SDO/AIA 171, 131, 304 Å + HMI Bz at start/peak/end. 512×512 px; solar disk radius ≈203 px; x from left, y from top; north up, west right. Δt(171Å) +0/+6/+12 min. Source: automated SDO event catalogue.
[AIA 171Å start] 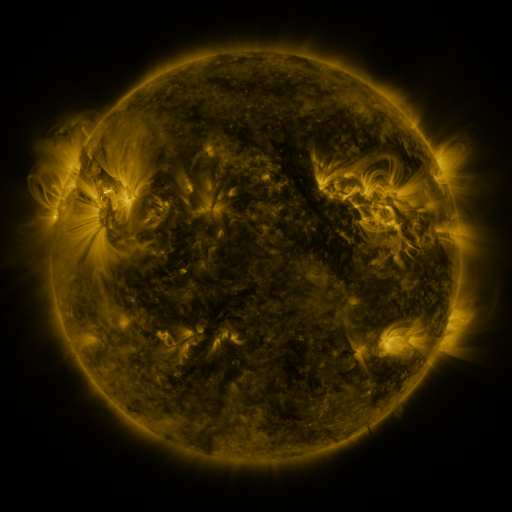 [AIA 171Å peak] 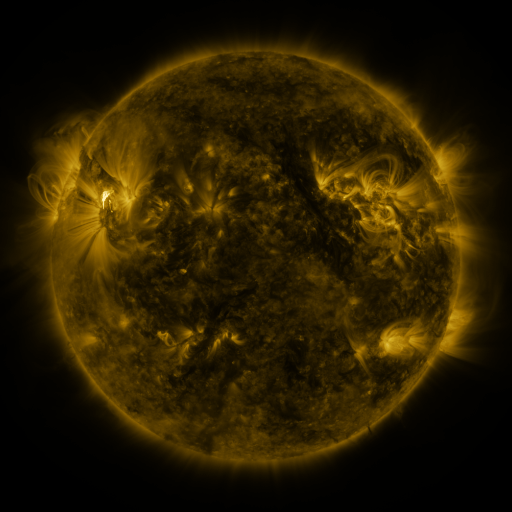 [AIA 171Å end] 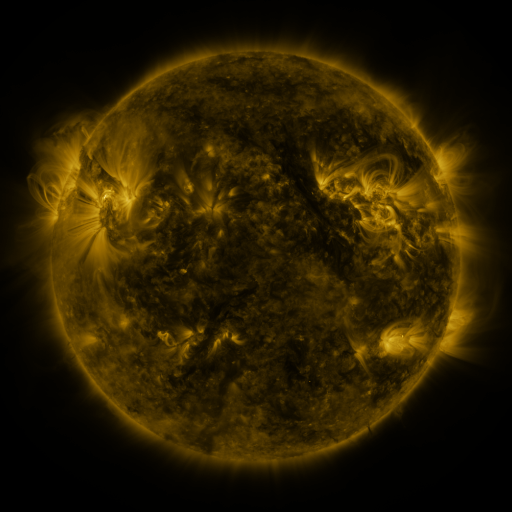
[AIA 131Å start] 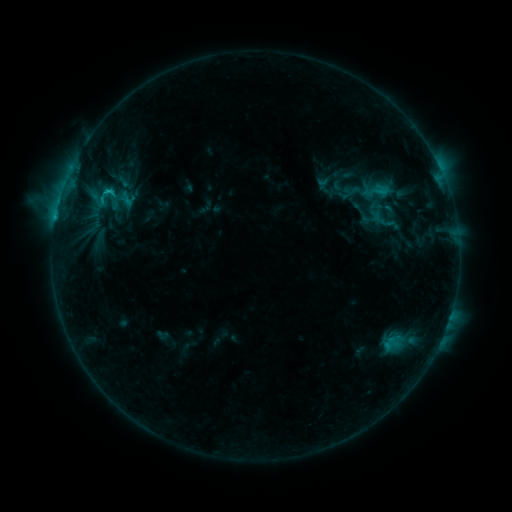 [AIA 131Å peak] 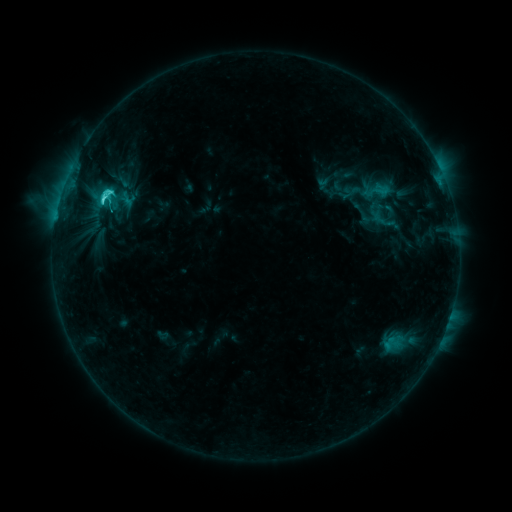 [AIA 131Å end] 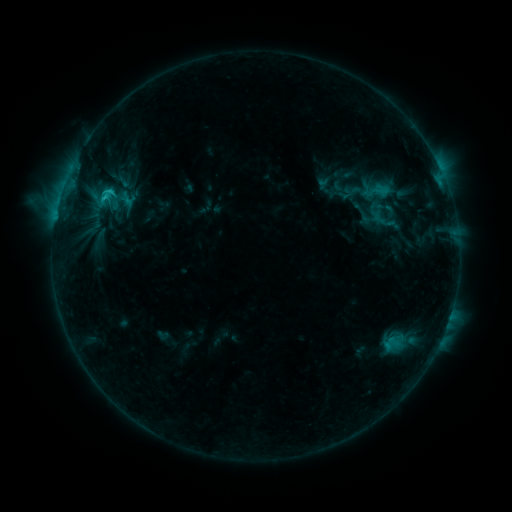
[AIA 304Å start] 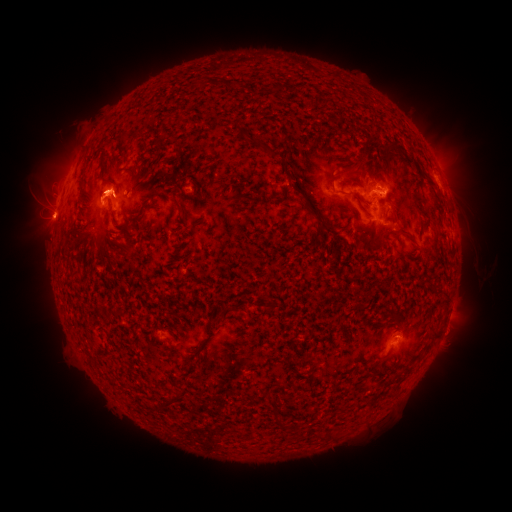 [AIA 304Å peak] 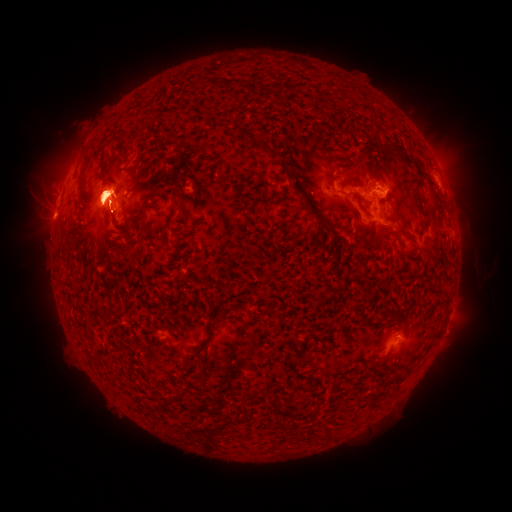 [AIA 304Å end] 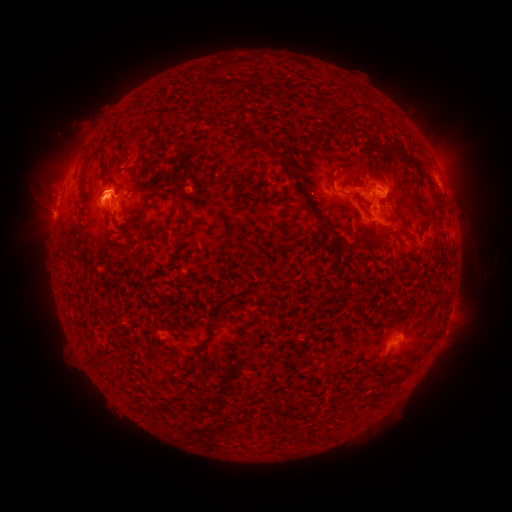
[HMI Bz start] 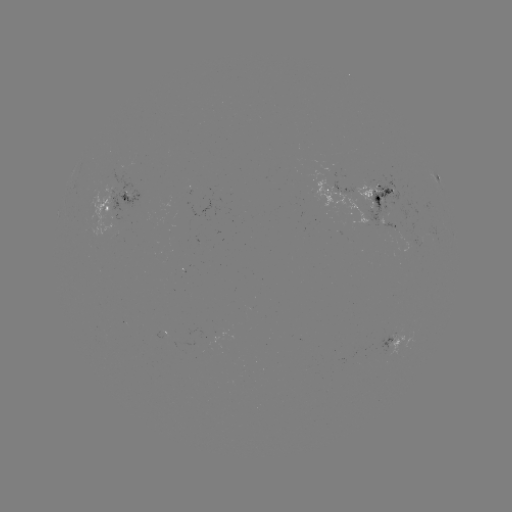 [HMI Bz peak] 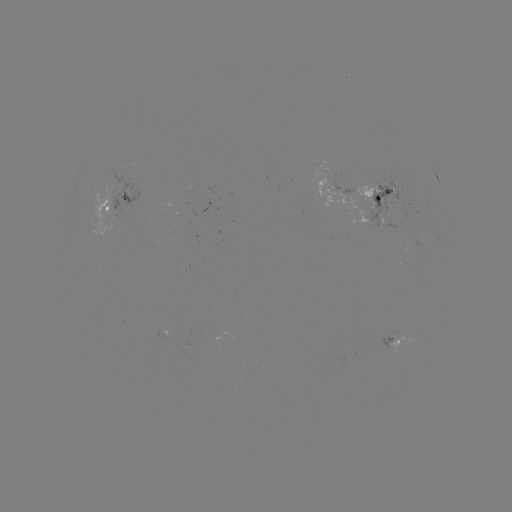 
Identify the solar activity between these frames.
C3.9 flare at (109, 194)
